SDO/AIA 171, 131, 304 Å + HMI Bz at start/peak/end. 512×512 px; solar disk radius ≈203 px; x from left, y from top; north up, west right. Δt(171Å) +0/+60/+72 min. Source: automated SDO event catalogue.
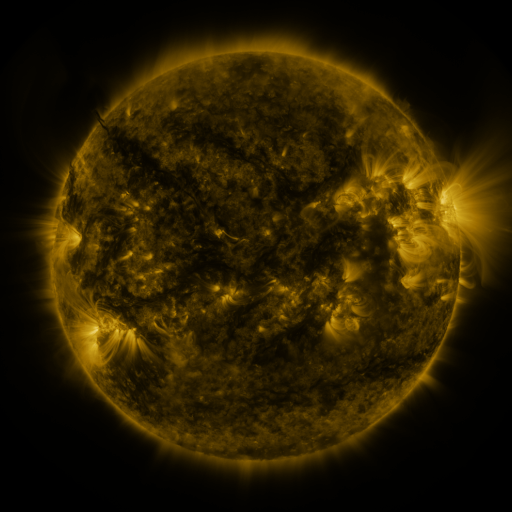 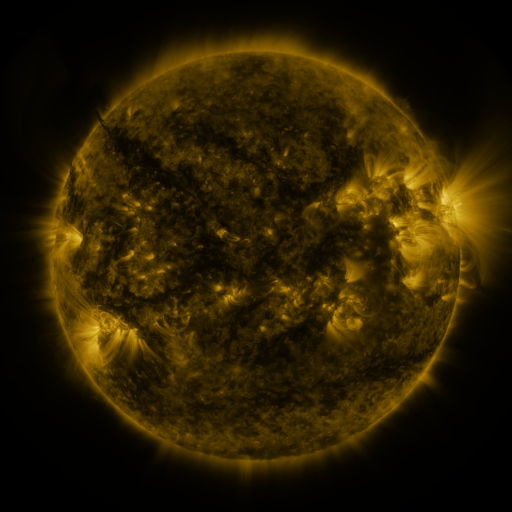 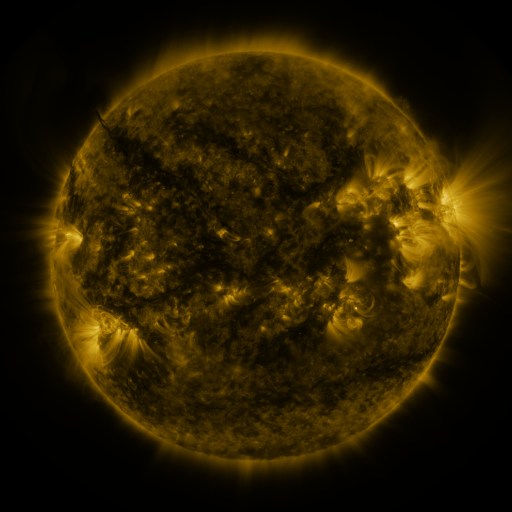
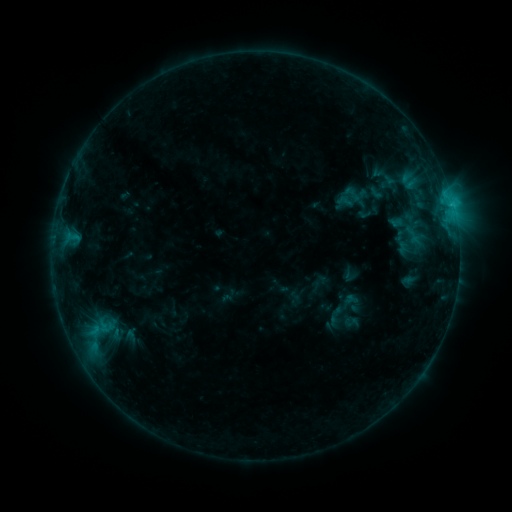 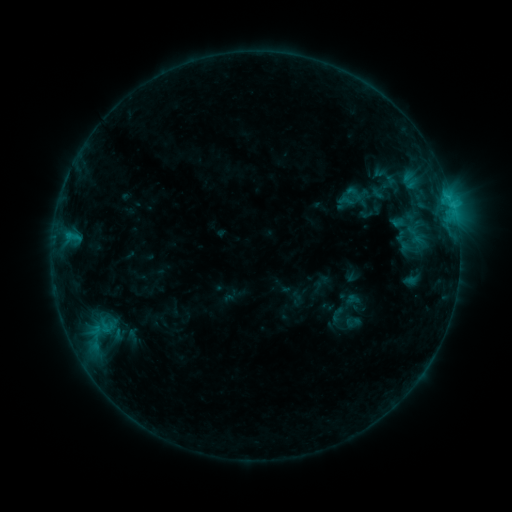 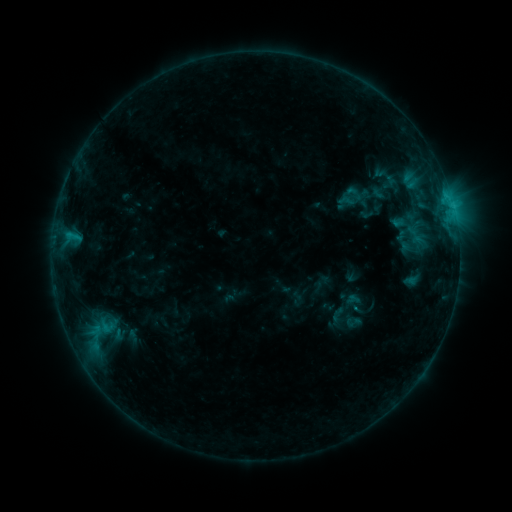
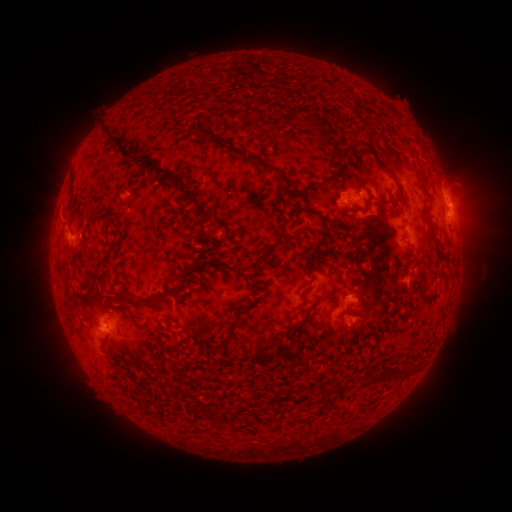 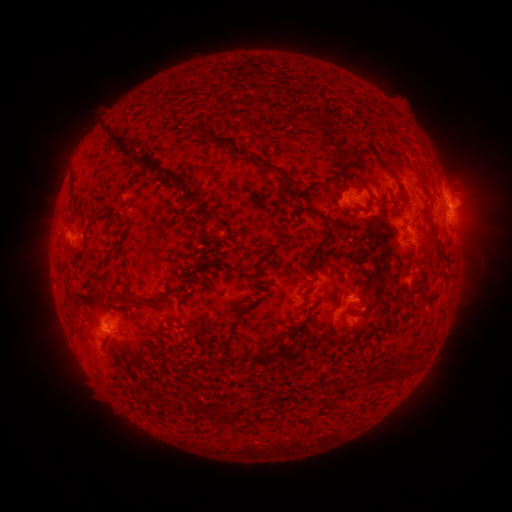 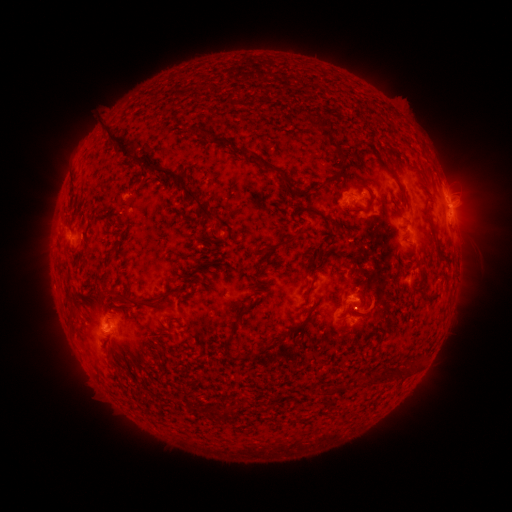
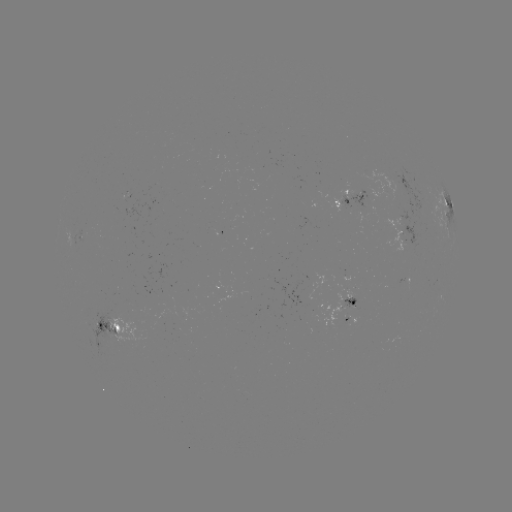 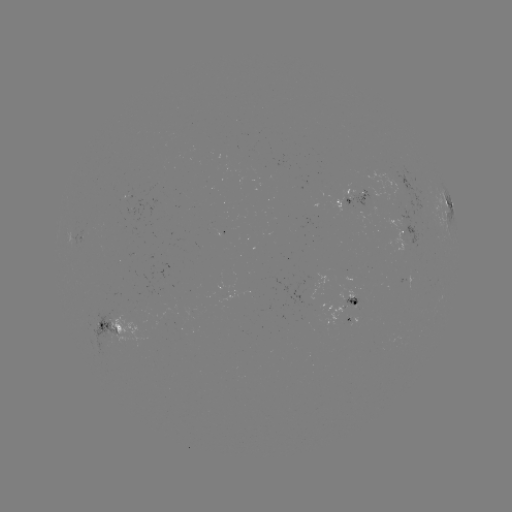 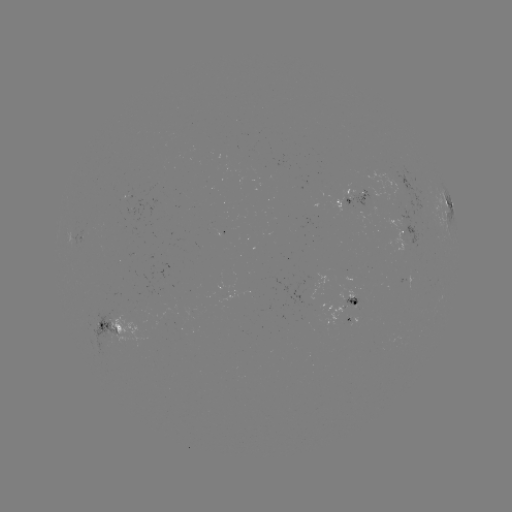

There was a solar emerging-flux region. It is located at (108, 330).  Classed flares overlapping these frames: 1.